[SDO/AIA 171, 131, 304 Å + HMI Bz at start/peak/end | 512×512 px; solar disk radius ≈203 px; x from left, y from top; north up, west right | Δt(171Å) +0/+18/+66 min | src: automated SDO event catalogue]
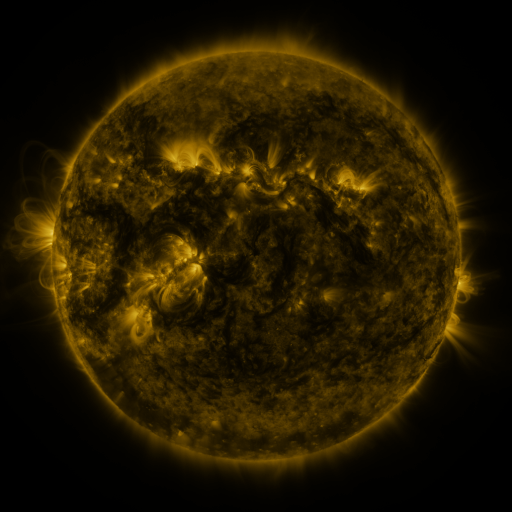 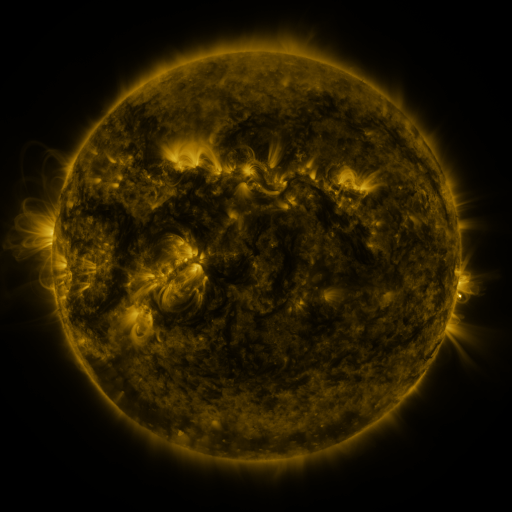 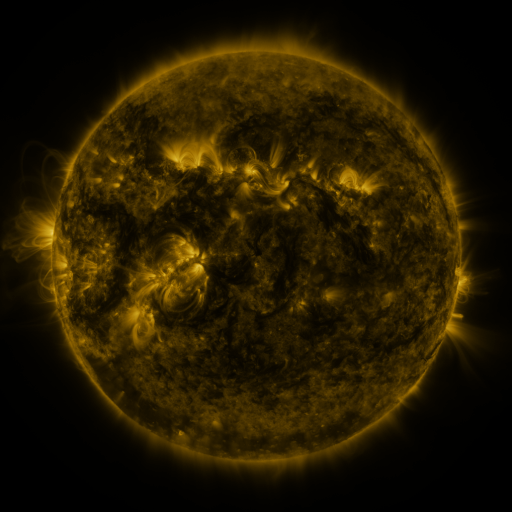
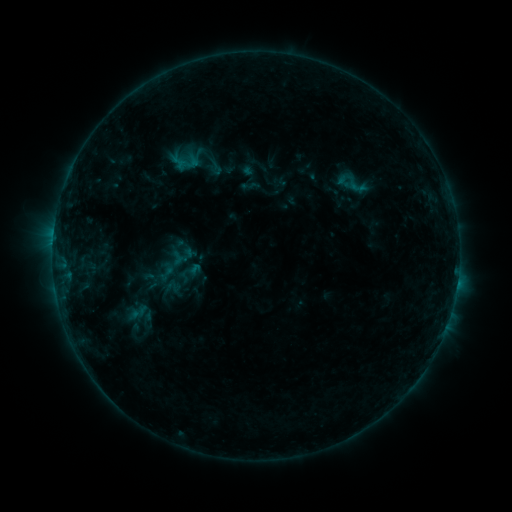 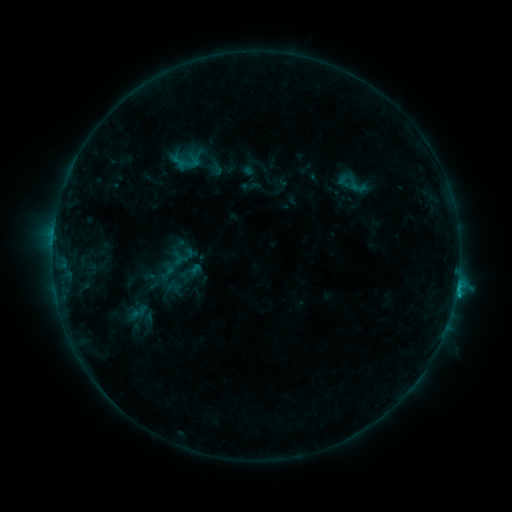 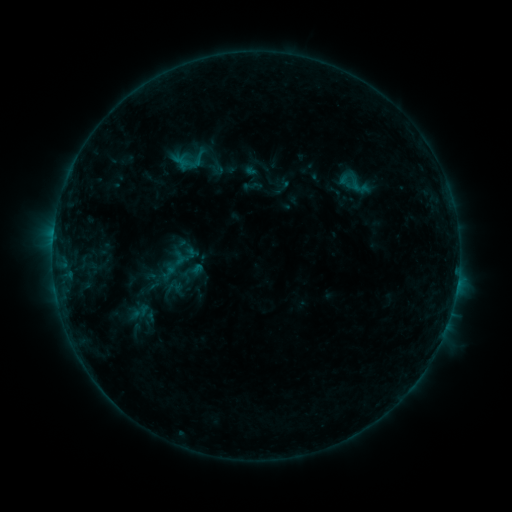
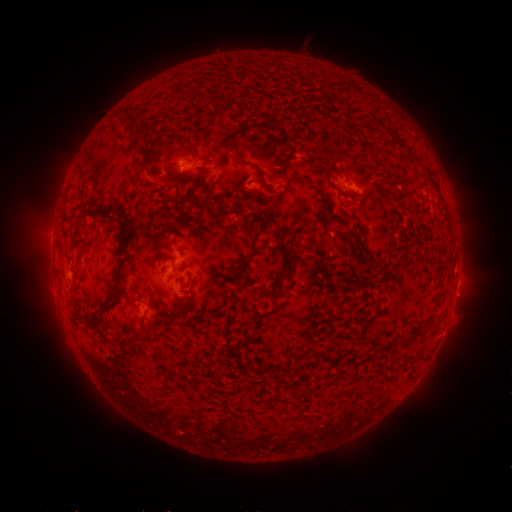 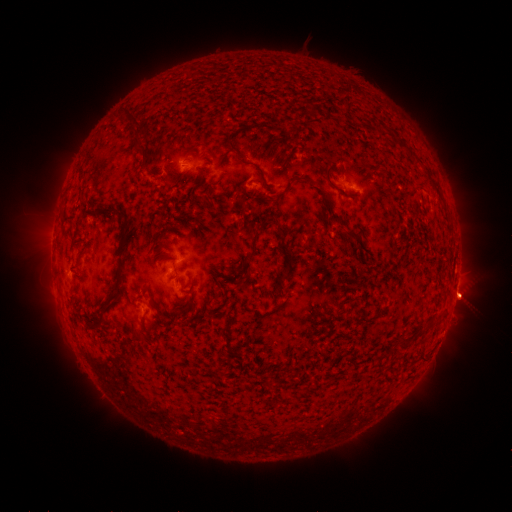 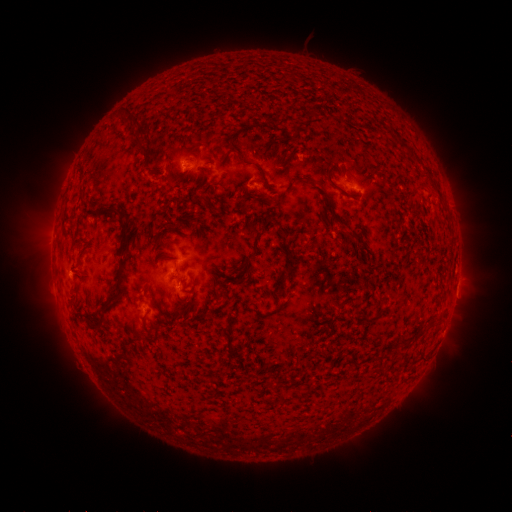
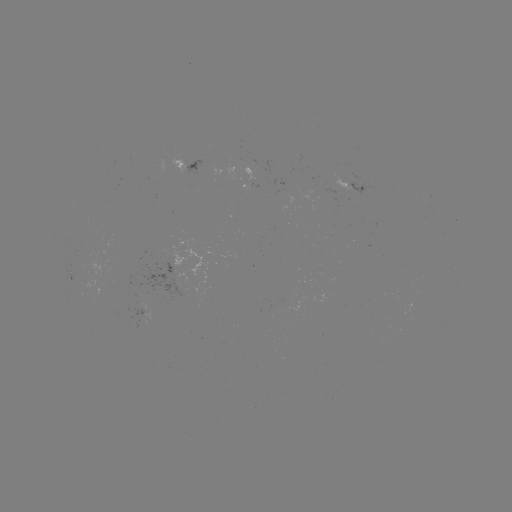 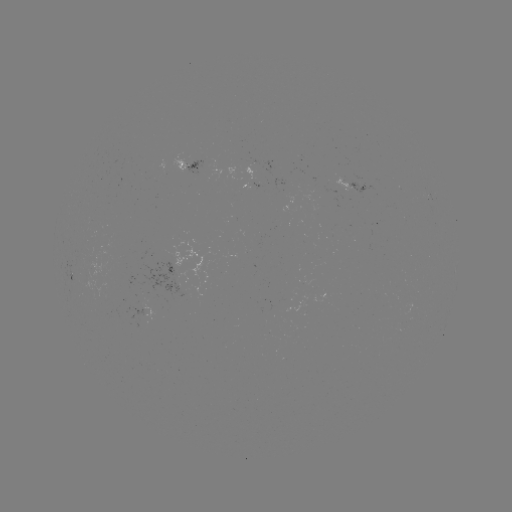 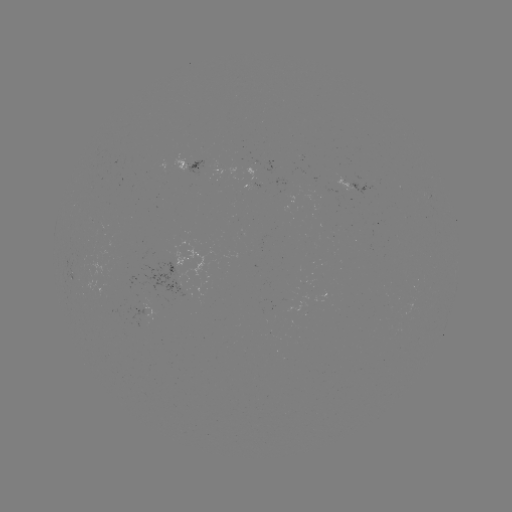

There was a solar flare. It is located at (457, 283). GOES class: B9.2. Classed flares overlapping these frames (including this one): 1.